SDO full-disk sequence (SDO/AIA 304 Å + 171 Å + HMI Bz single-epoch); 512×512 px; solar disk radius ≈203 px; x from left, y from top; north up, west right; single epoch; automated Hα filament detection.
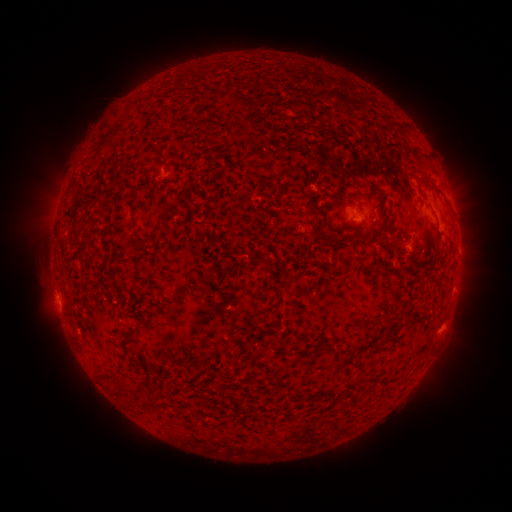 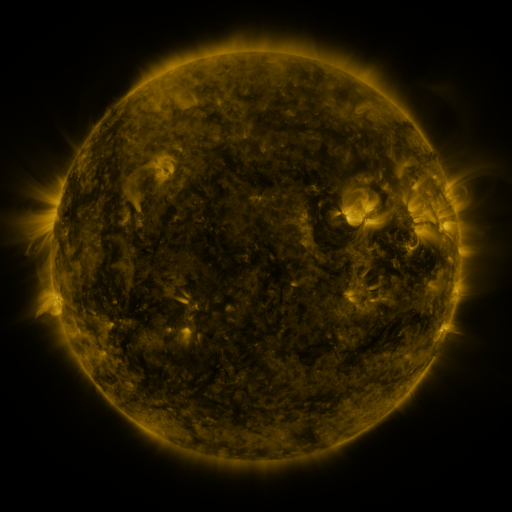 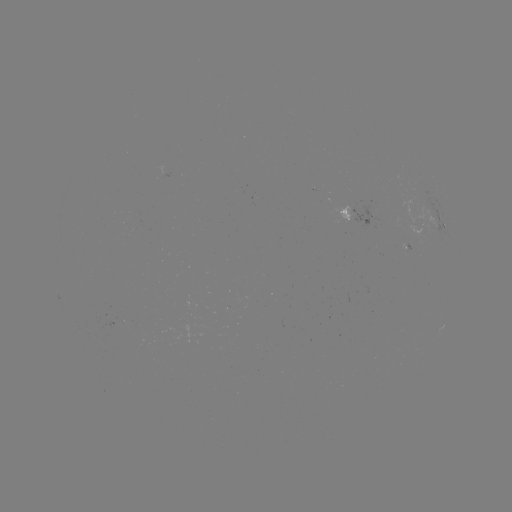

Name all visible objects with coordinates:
filament: [95, 134, 117, 155]
filament: [266, 172, 278, 183]
filament: [327, 231, 338, 241]
filament: [72, 234, 81, 243]
filament: [391, 235, 399, 251]
filament: [136, 241, 146, 250]
filament: [259, 258, 268, 266]
filament: [330, 346, 344, 365]
filament: [235, 358, 254, 370]
filament: [116, 379, 139, 397]
